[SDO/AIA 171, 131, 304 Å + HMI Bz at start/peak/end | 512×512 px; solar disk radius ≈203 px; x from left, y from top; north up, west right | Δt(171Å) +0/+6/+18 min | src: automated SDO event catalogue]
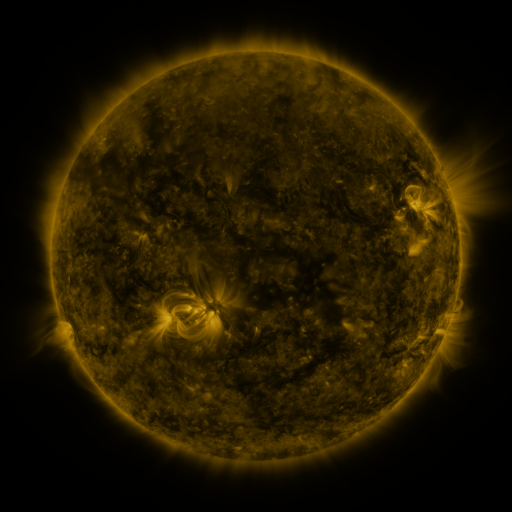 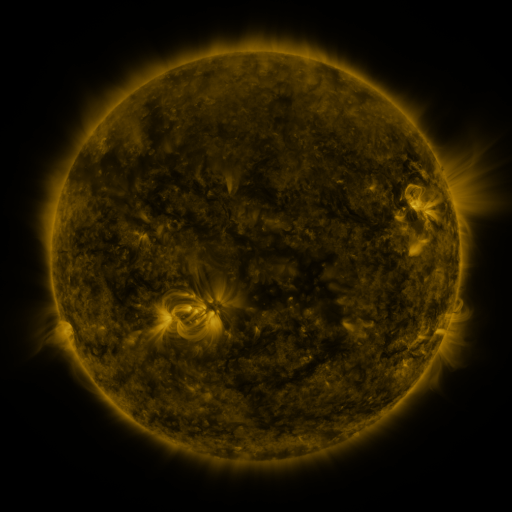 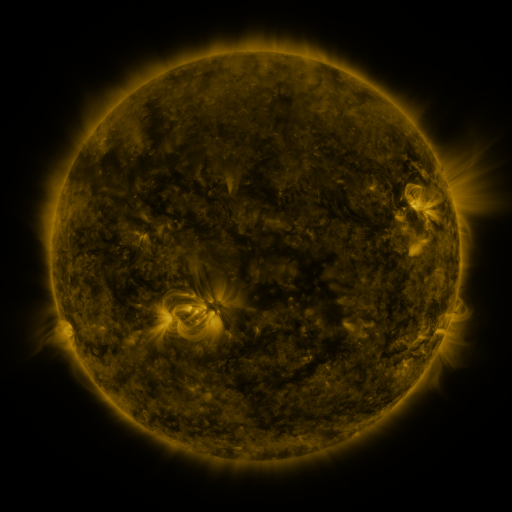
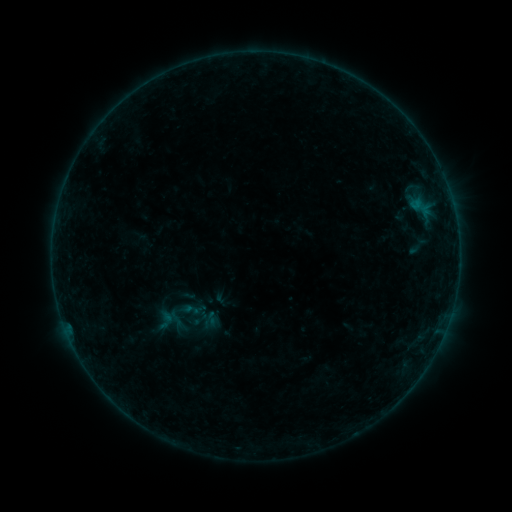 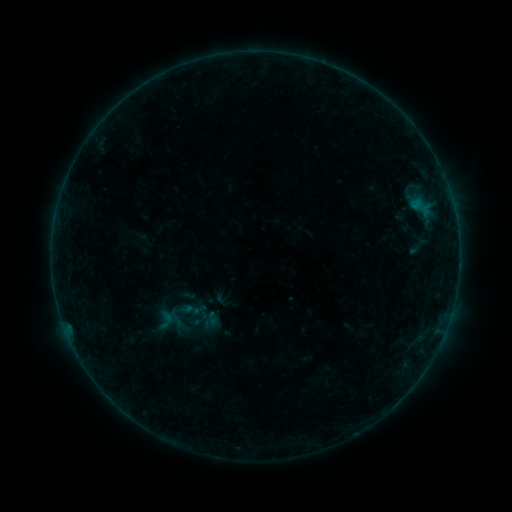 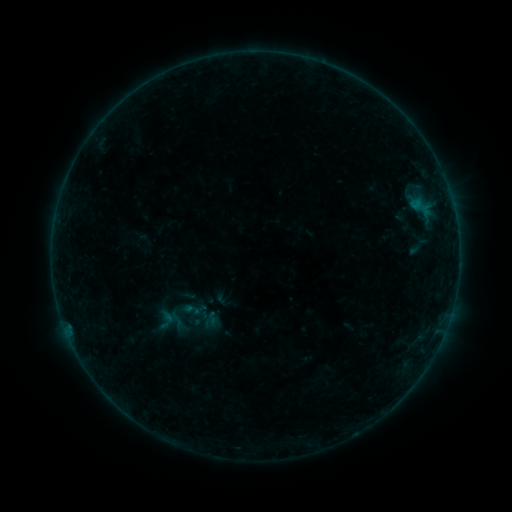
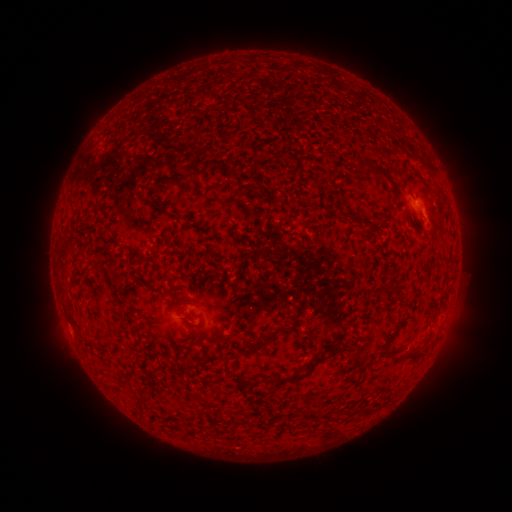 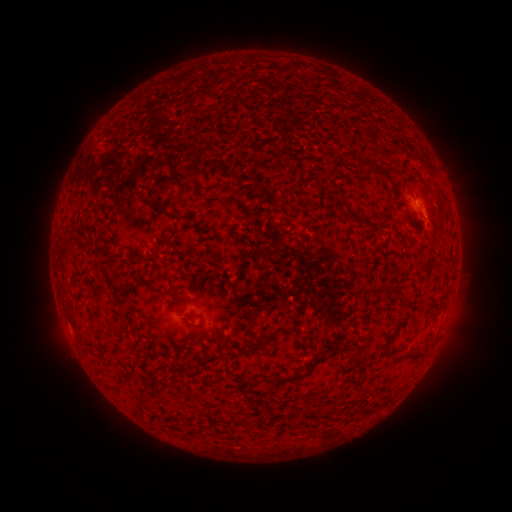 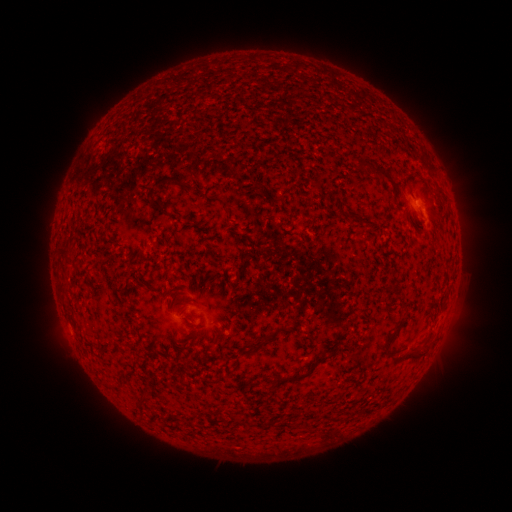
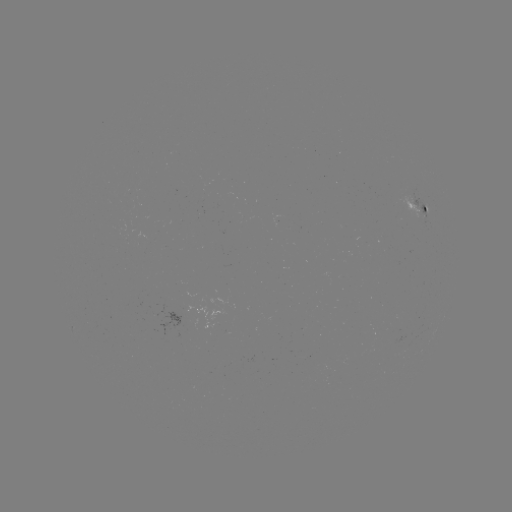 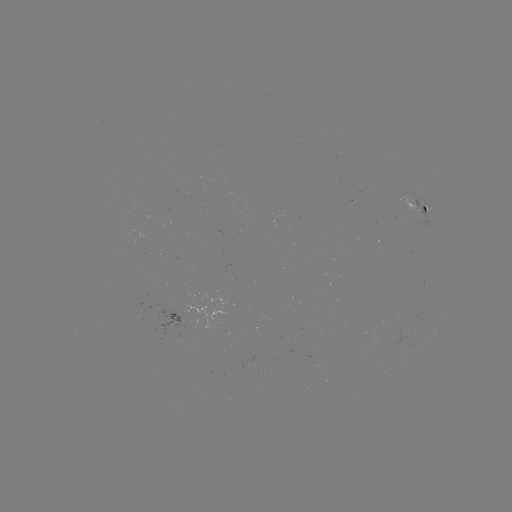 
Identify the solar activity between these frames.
no classed flare was catalogued and no EUV brightening was flagged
